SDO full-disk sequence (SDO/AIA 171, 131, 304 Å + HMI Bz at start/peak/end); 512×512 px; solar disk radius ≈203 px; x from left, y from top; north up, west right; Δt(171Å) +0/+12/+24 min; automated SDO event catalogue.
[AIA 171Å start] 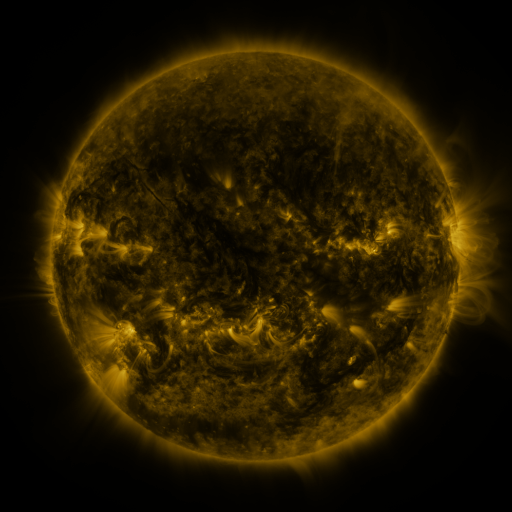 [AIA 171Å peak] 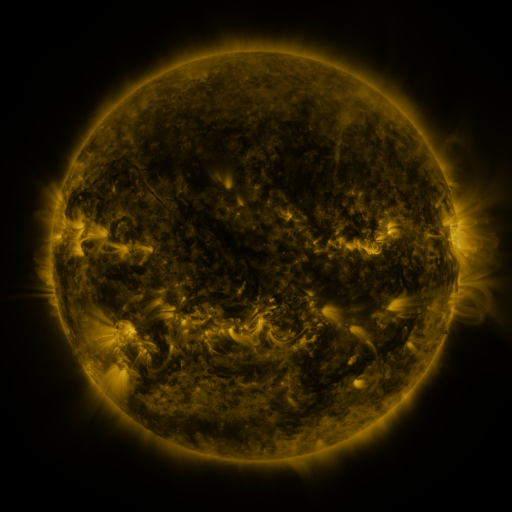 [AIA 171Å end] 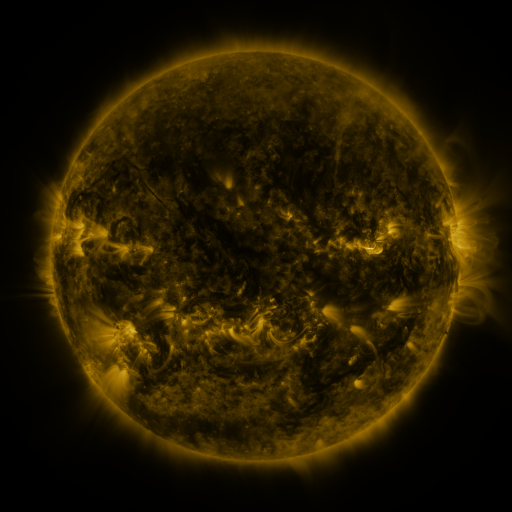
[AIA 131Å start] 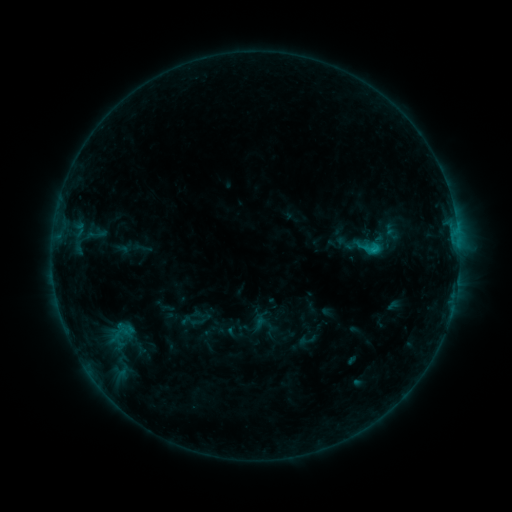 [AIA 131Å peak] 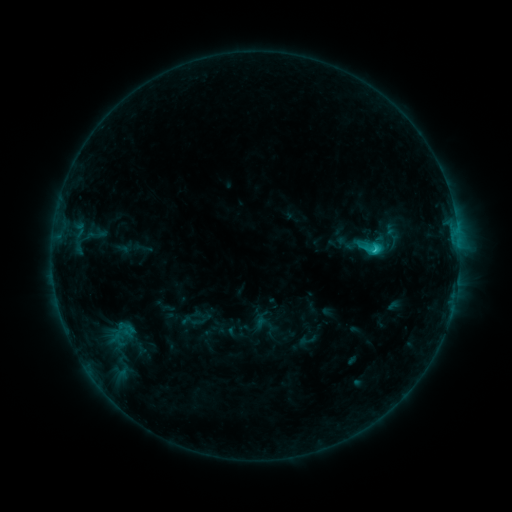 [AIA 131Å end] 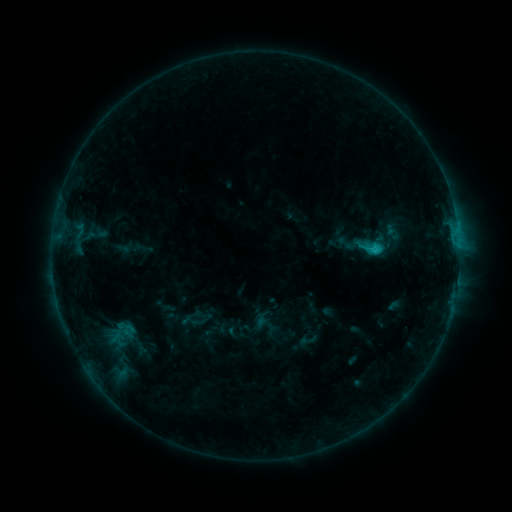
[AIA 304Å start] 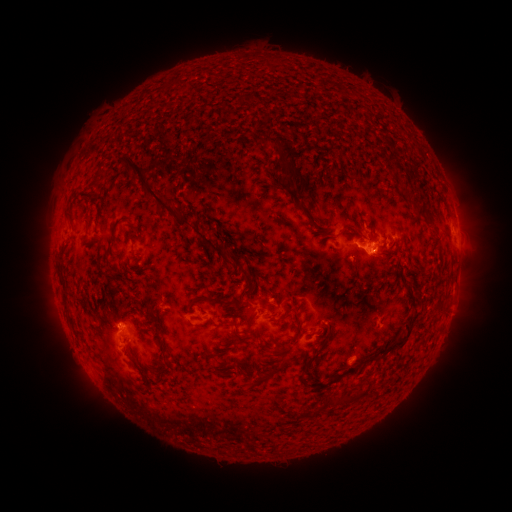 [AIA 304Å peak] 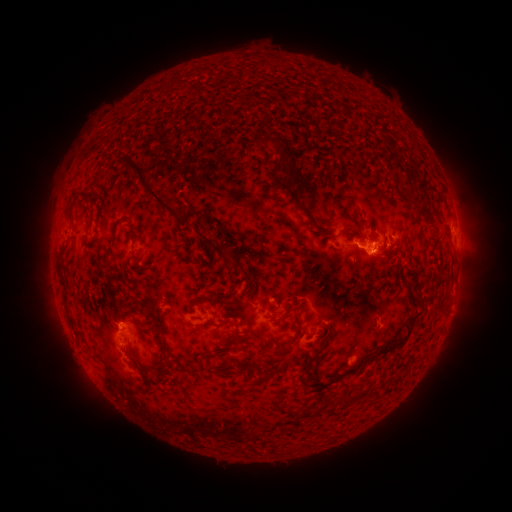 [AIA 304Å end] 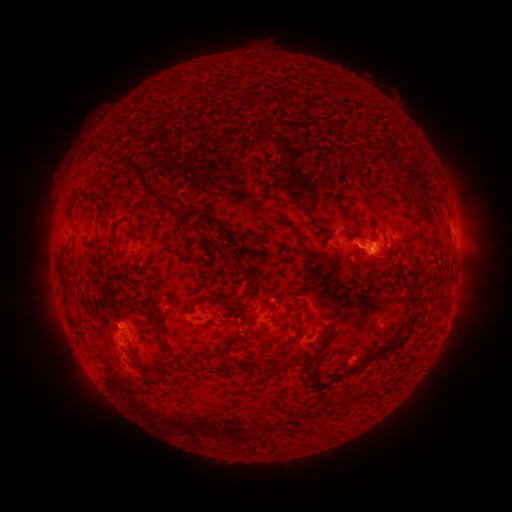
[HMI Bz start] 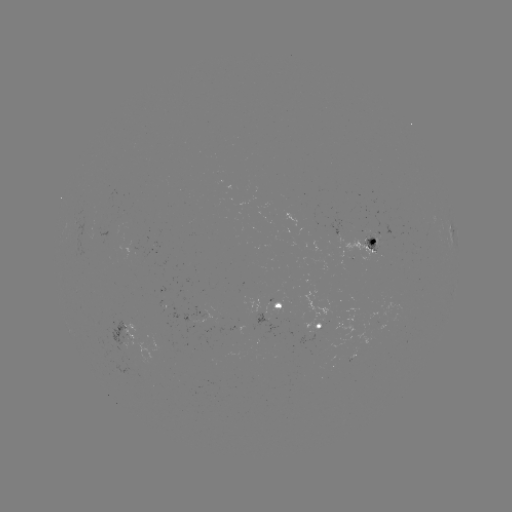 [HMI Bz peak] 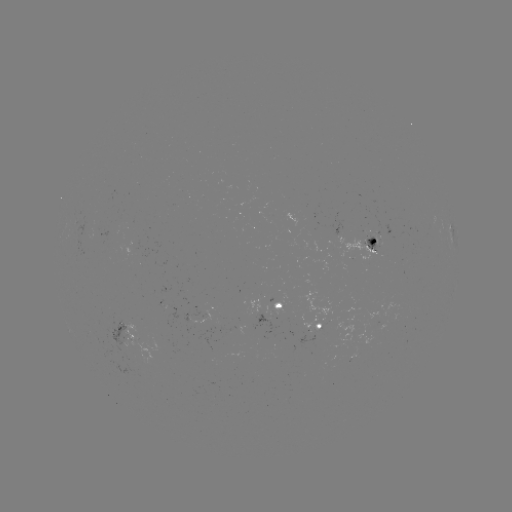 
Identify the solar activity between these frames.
C1.5 flare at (374, 251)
